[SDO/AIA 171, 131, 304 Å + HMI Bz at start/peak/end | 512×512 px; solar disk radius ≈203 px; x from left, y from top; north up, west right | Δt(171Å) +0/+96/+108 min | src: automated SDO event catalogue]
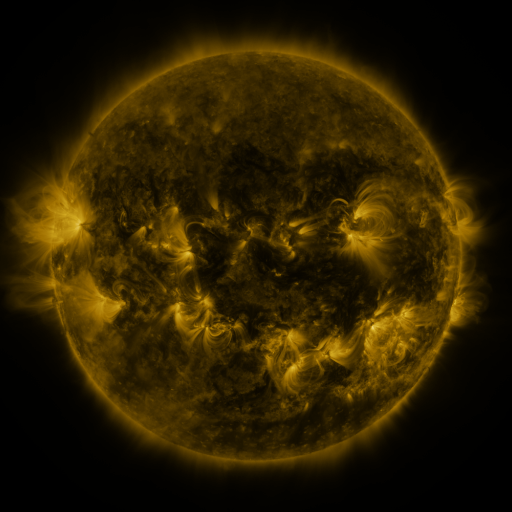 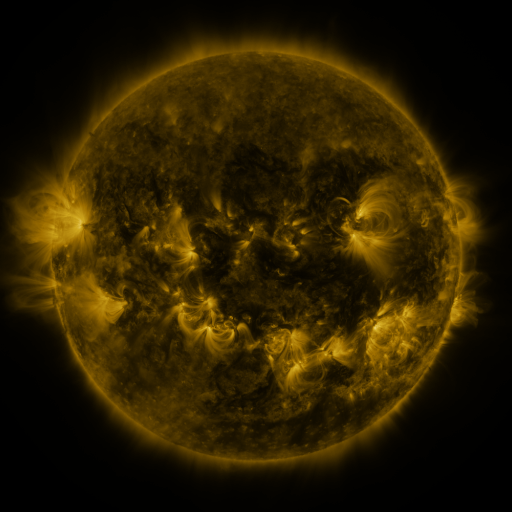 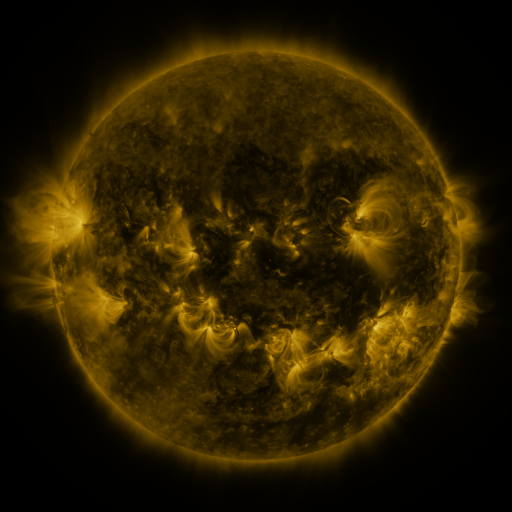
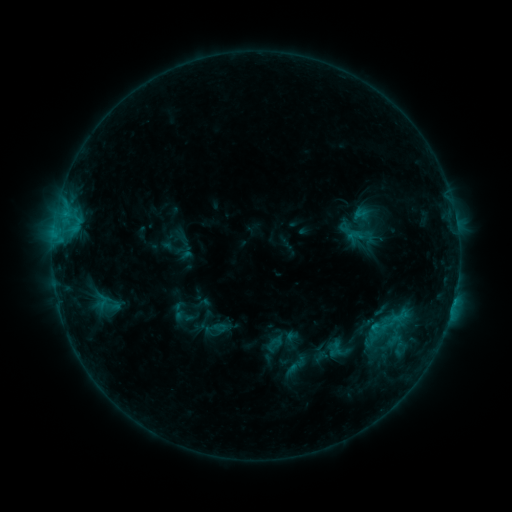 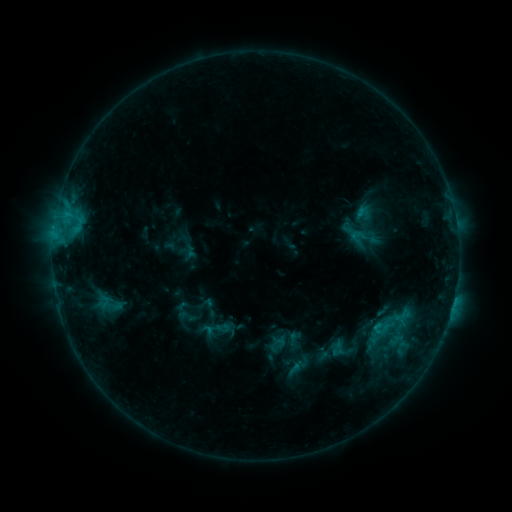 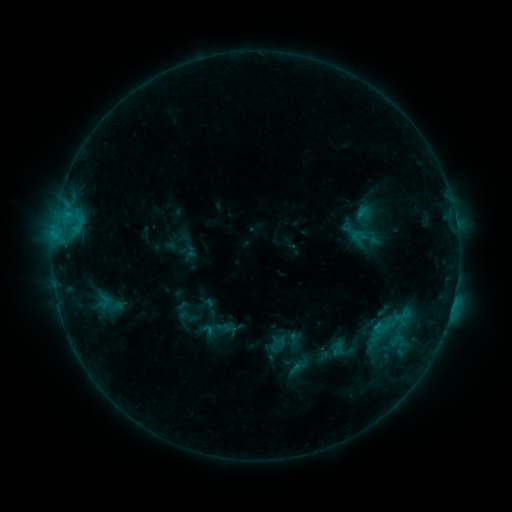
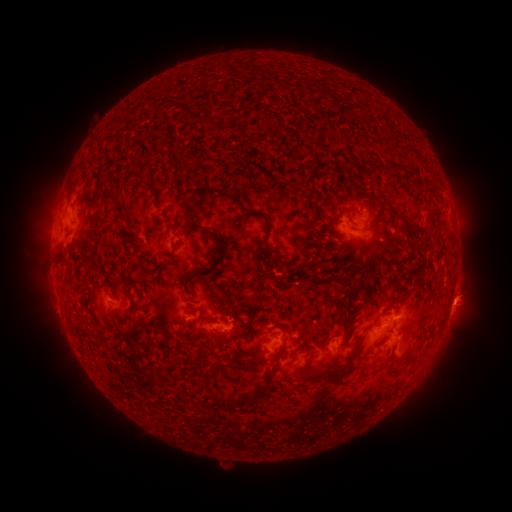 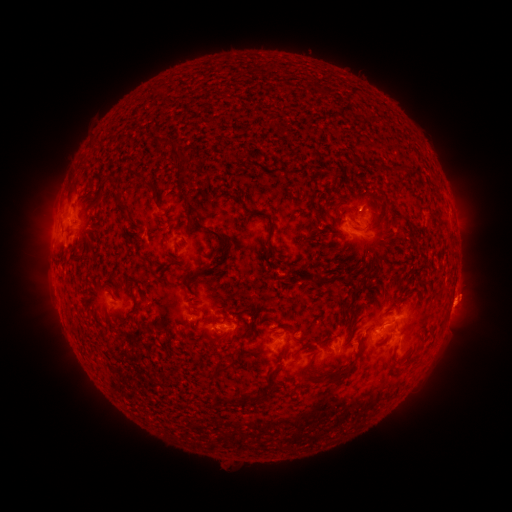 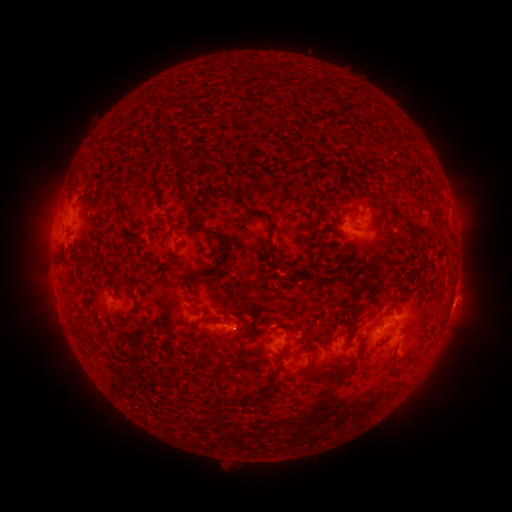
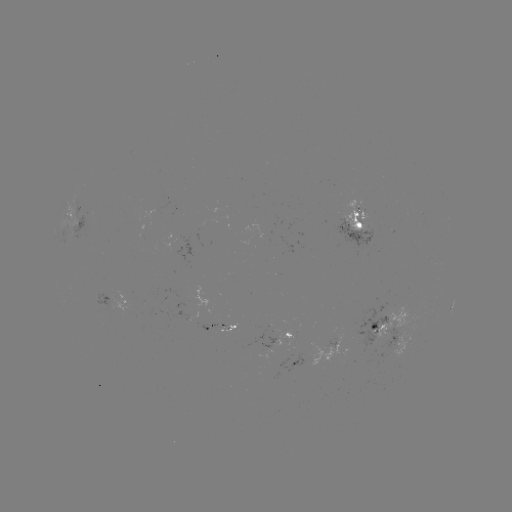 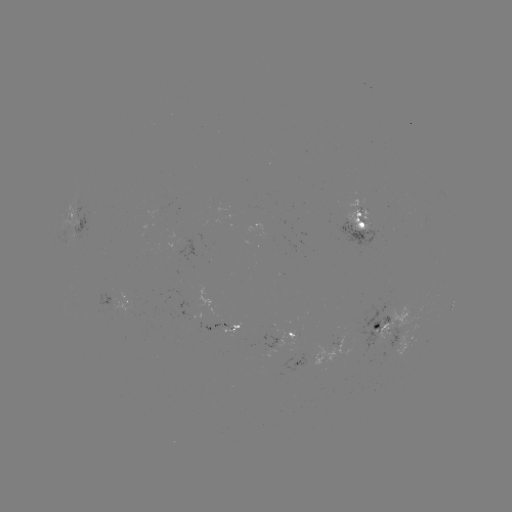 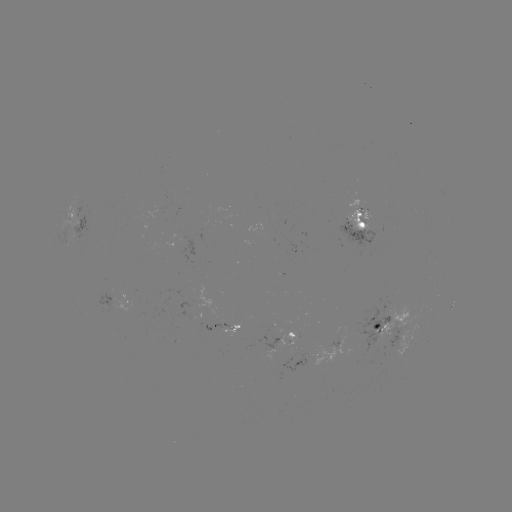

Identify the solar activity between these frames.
emerging-flux region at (233, 328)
